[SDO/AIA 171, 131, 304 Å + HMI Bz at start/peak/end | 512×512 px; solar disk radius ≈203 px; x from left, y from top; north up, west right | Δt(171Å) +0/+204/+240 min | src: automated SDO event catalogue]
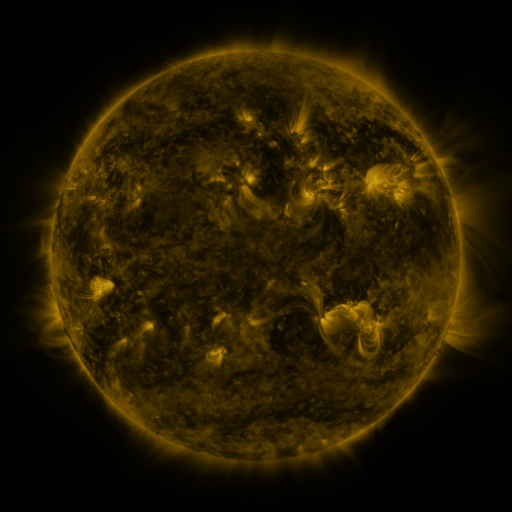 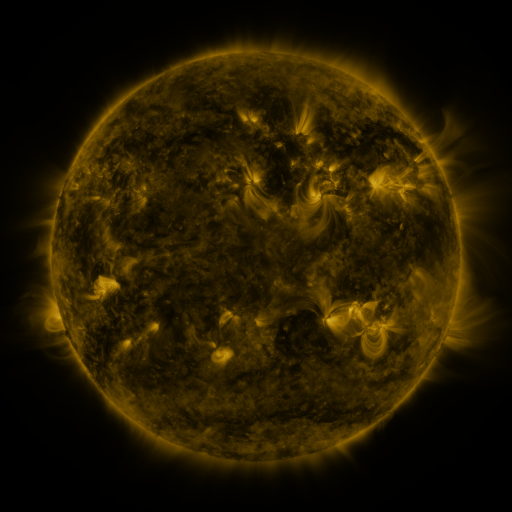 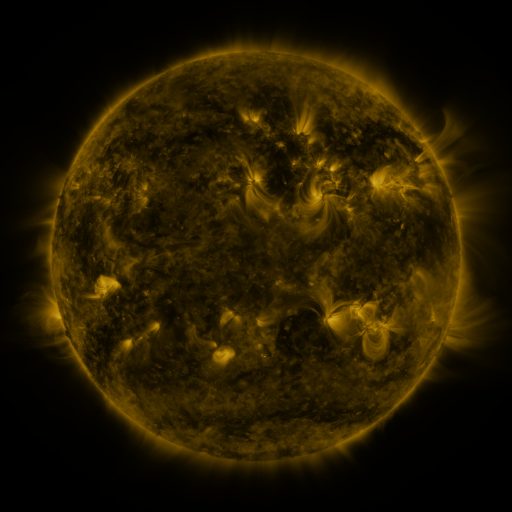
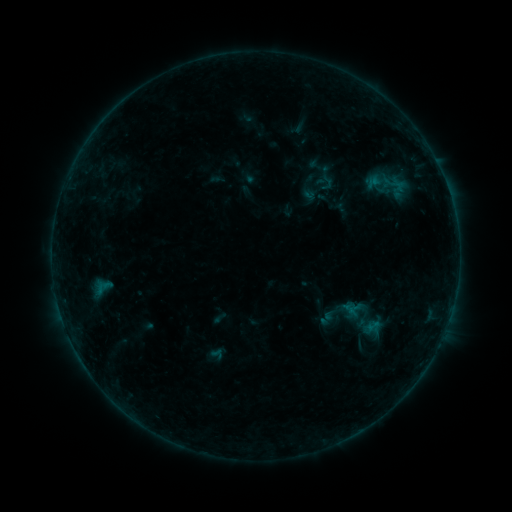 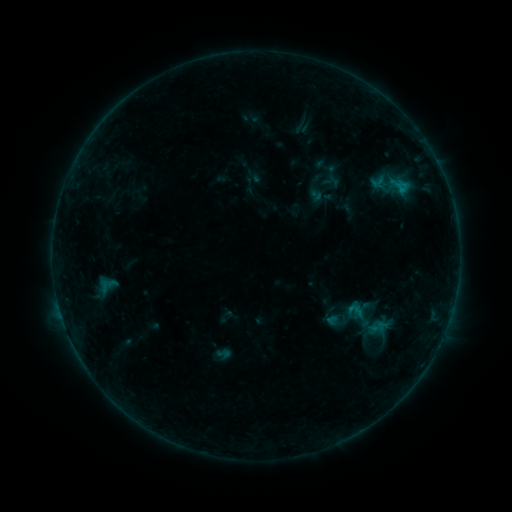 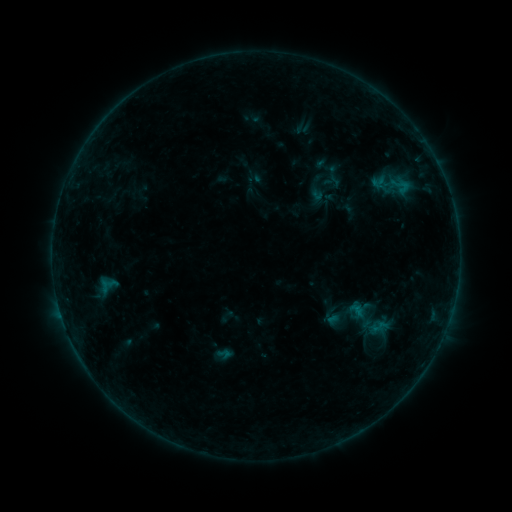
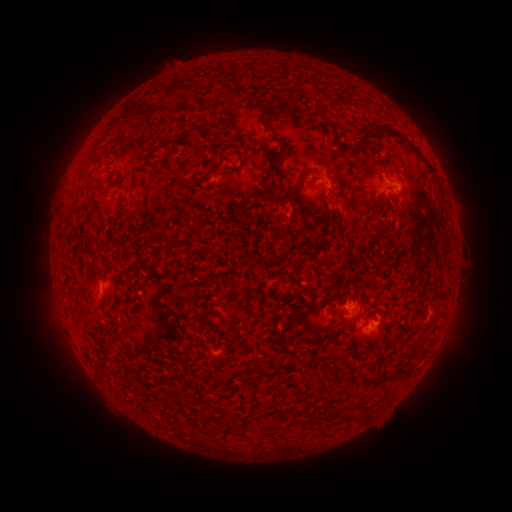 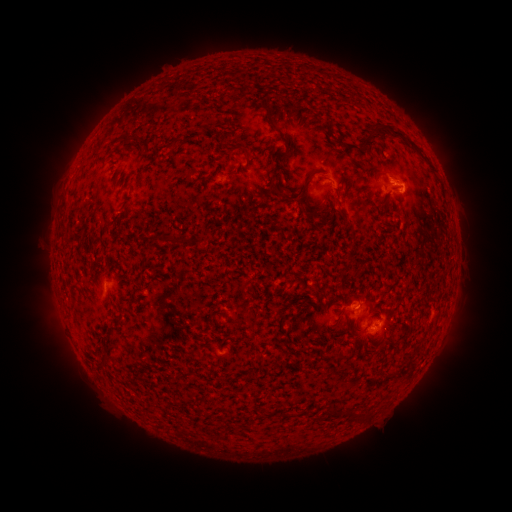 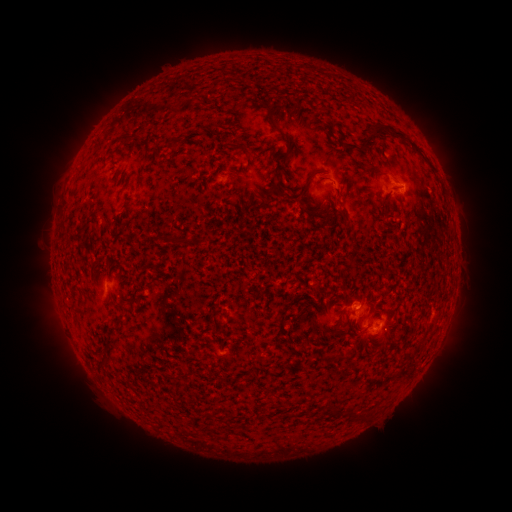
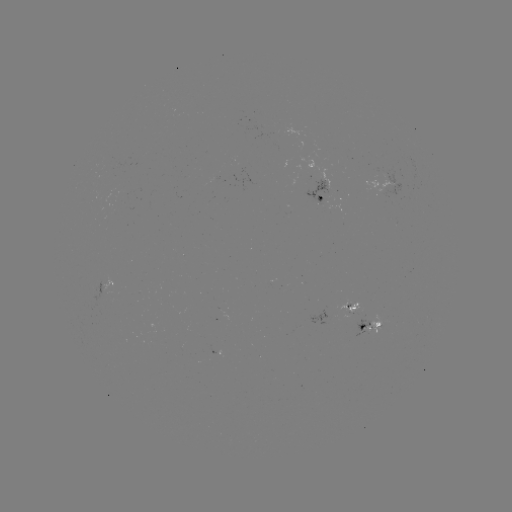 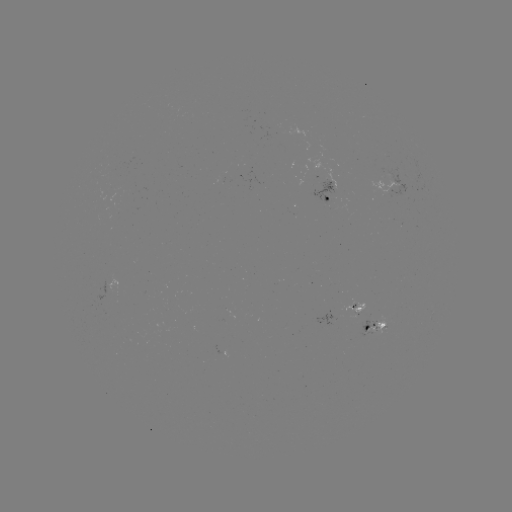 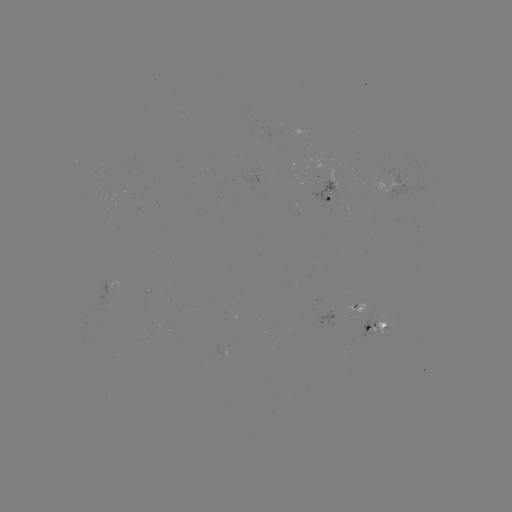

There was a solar emerging-flux region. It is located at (330, 199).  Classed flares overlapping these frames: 1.